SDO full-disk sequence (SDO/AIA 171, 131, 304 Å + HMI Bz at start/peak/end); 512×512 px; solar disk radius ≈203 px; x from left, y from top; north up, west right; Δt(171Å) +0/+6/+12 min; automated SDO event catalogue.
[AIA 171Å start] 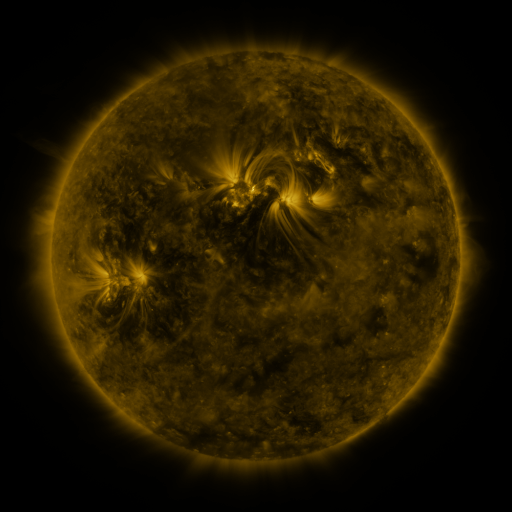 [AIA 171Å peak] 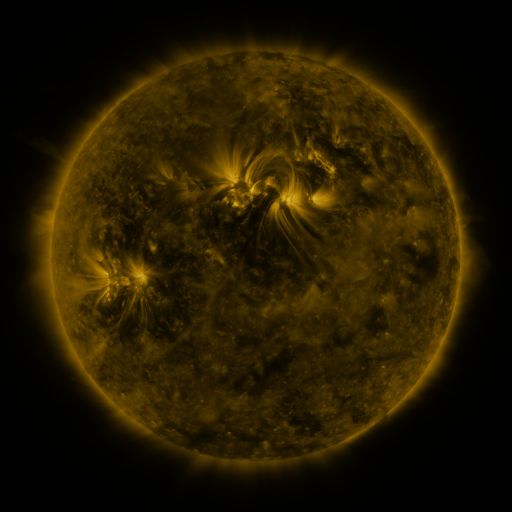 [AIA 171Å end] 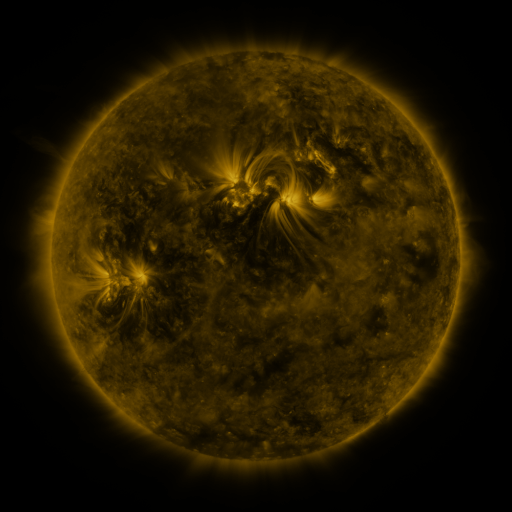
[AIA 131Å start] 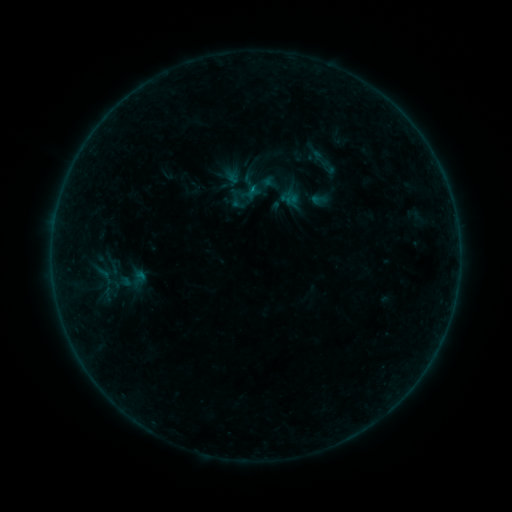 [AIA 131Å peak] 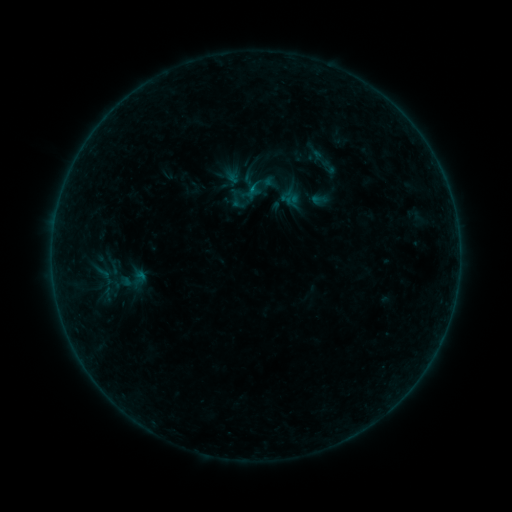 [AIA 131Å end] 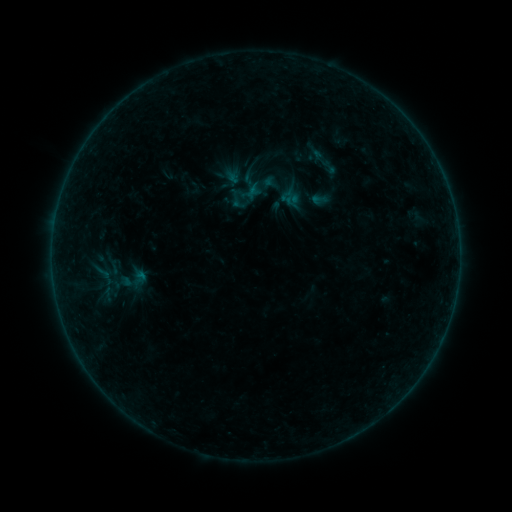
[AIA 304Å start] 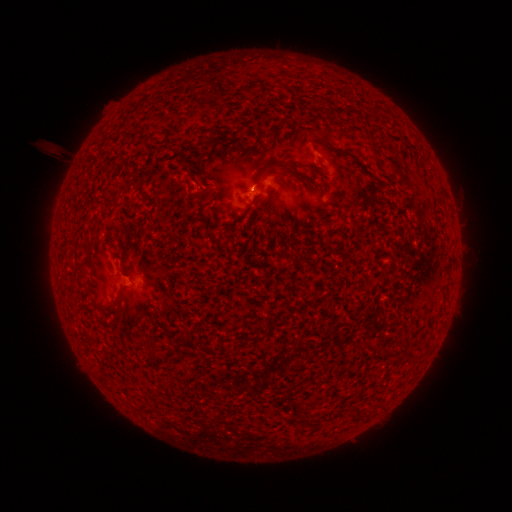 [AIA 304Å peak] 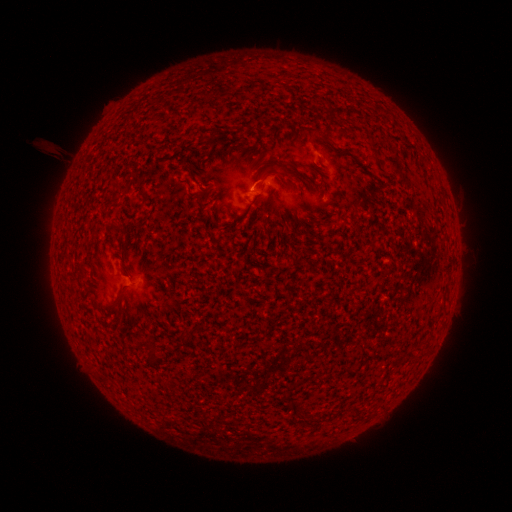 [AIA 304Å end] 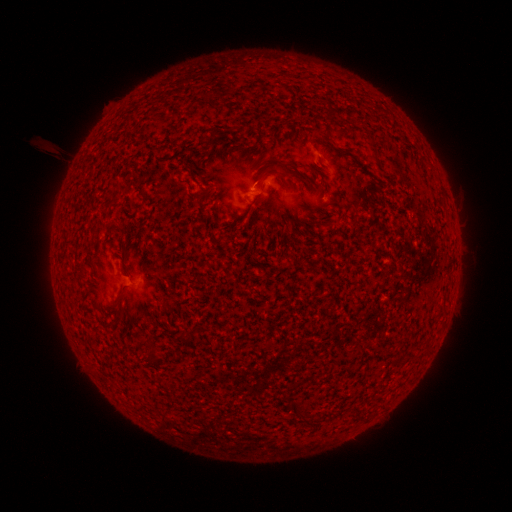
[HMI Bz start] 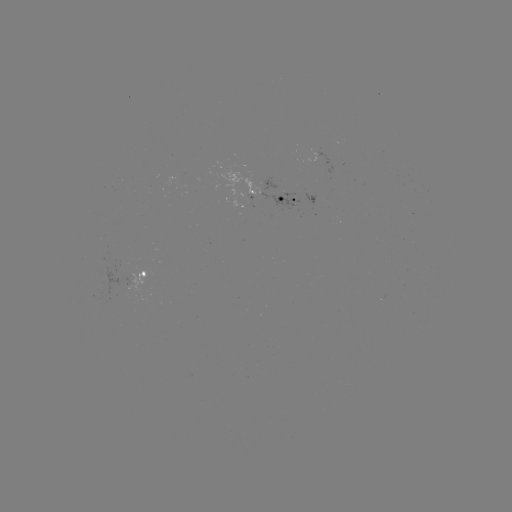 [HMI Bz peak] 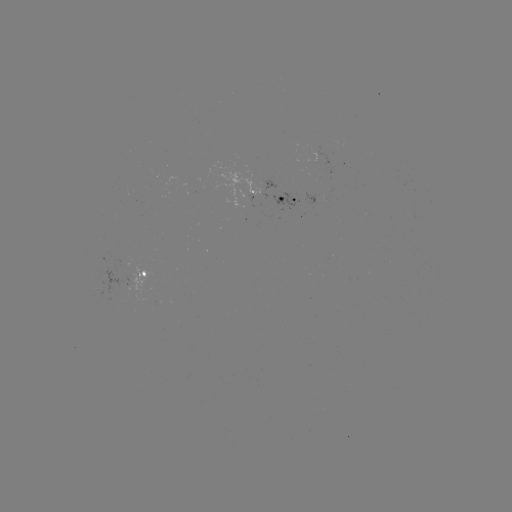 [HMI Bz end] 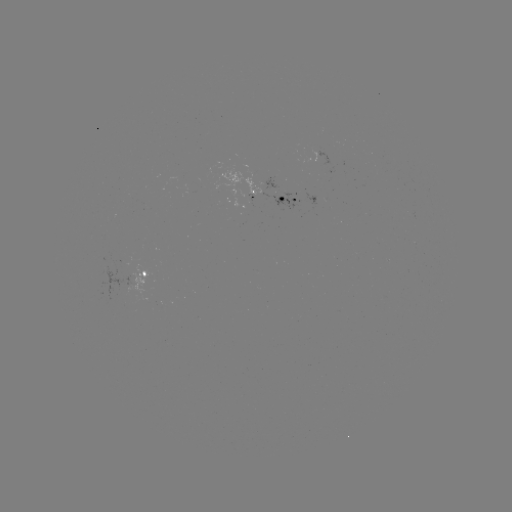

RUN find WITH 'B1.1 flare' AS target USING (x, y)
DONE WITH (252, 190) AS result